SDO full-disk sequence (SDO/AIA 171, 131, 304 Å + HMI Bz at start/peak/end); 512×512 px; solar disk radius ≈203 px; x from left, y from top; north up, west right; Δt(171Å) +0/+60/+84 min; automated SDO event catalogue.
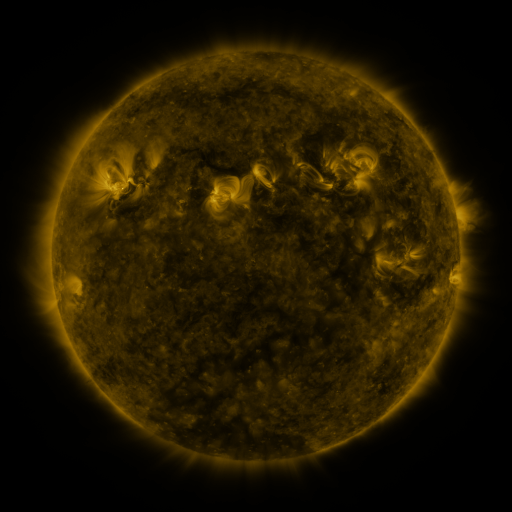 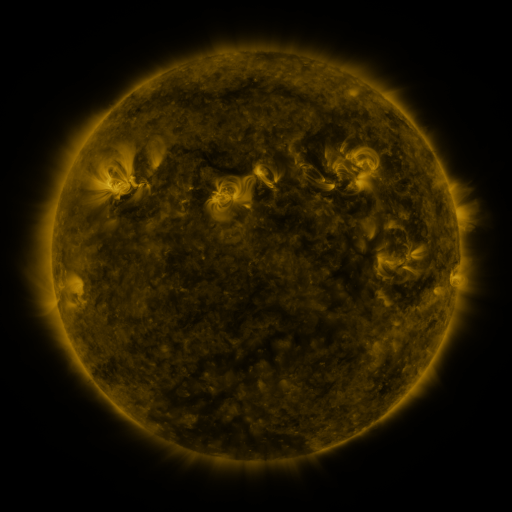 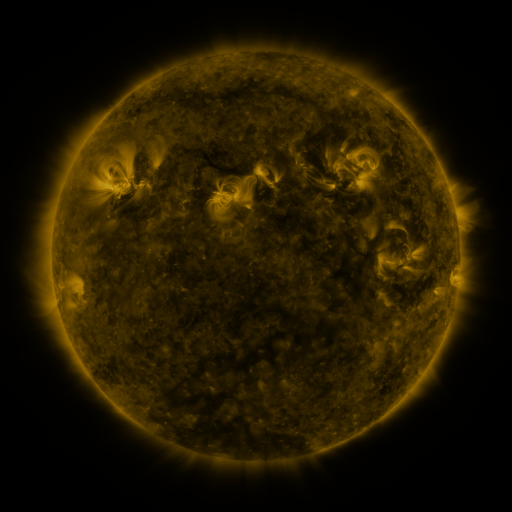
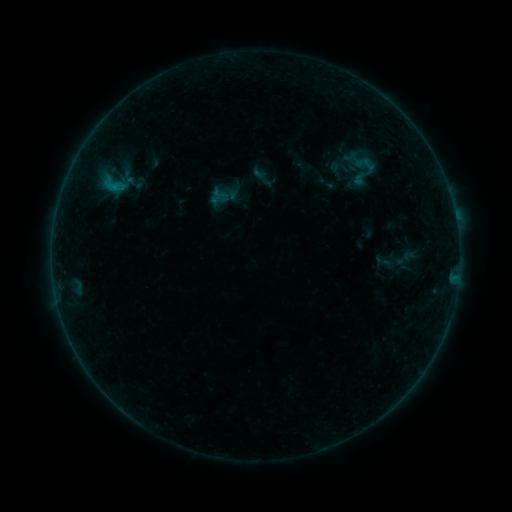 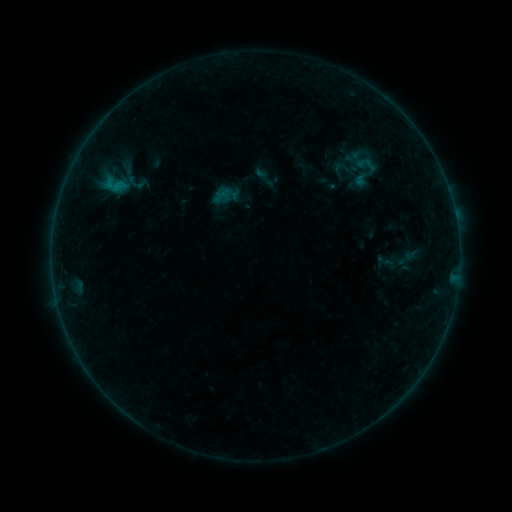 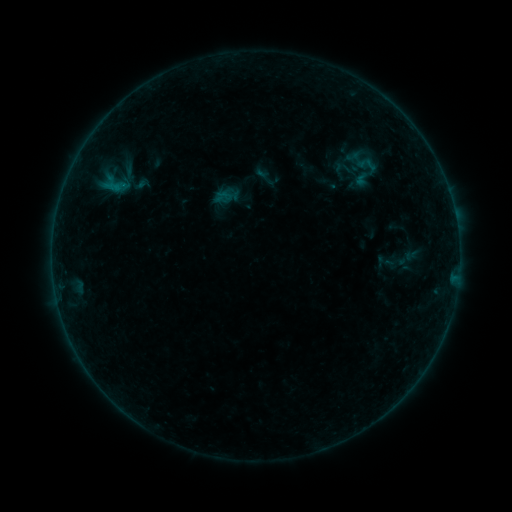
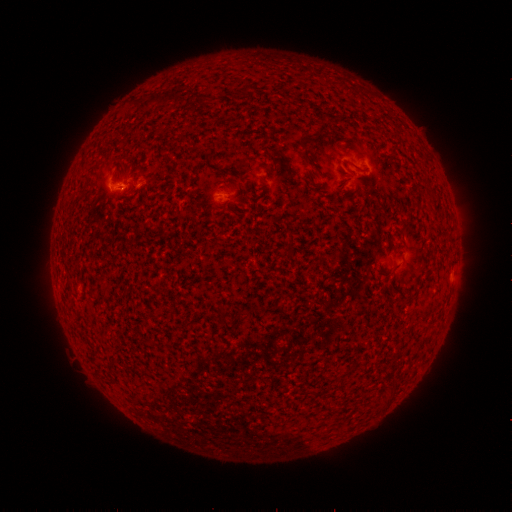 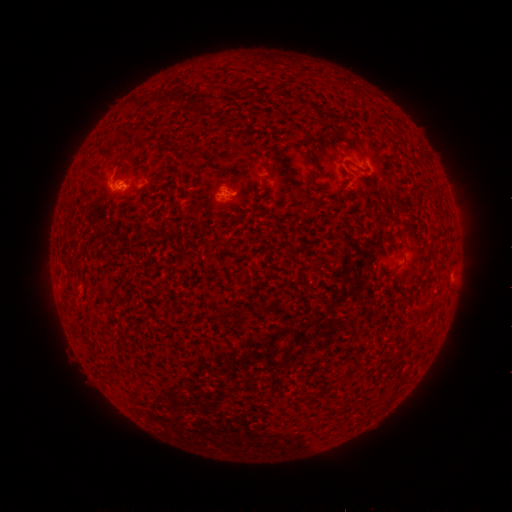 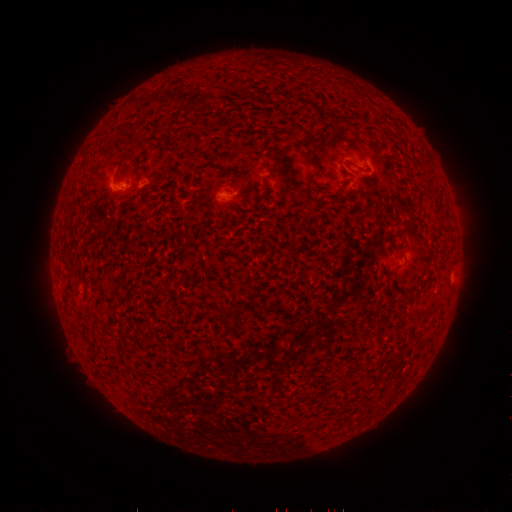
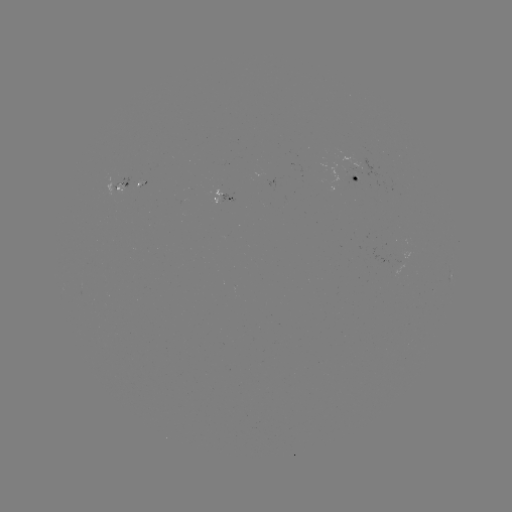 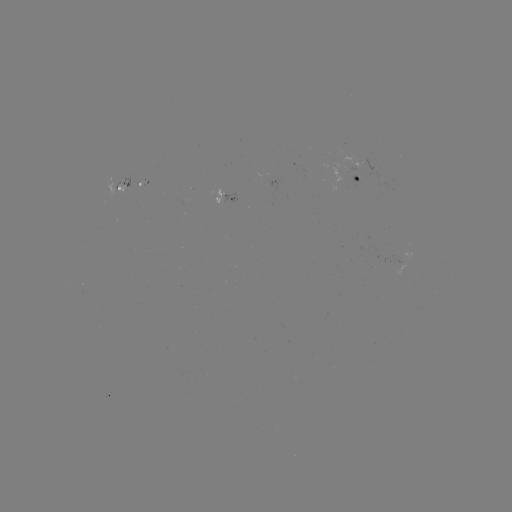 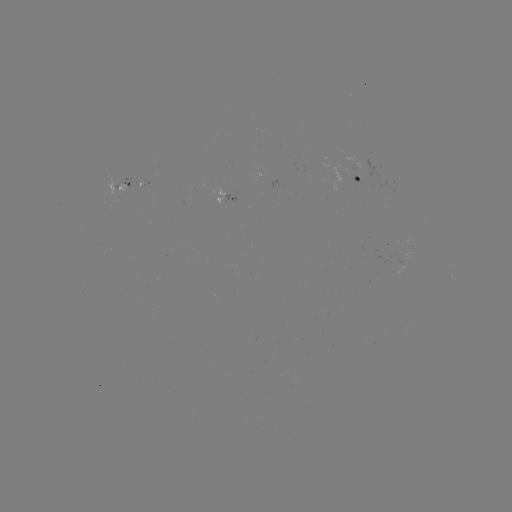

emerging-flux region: (349, 175, 361, 185)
